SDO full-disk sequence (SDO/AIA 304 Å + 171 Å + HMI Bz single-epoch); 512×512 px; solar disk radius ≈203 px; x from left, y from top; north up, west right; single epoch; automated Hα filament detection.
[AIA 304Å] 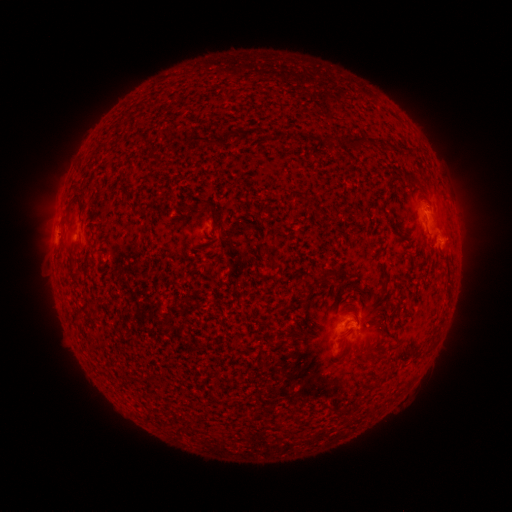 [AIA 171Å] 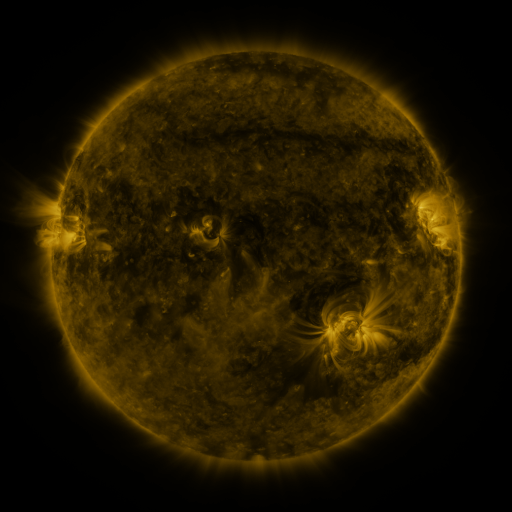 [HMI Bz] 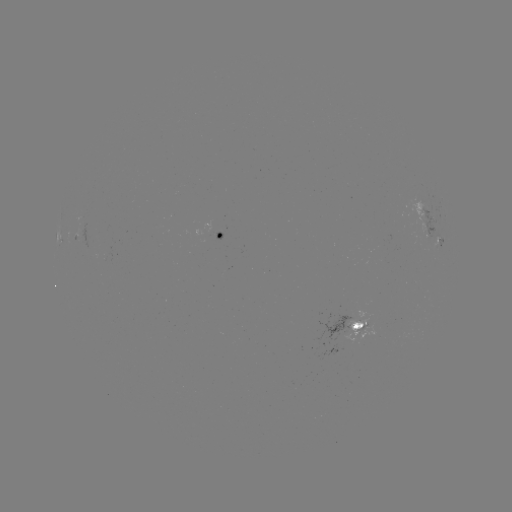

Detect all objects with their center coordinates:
filament: (184, 135, 218, 147)
filament: (347, 136, 373, 147)
filament: (412, 176, 423, 186)
filament: (69, 193, 84, 224)
filament: (208, 209, 216, 228)
filament: (326, 214, 339, 223)
filament: (322, 269, 333, 278)
filament: (352, 311, 361, 330)
